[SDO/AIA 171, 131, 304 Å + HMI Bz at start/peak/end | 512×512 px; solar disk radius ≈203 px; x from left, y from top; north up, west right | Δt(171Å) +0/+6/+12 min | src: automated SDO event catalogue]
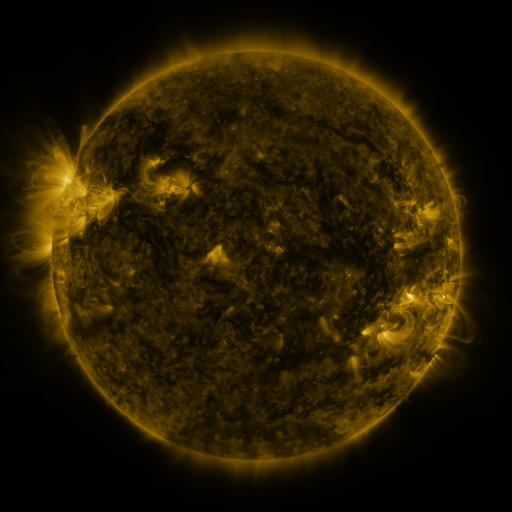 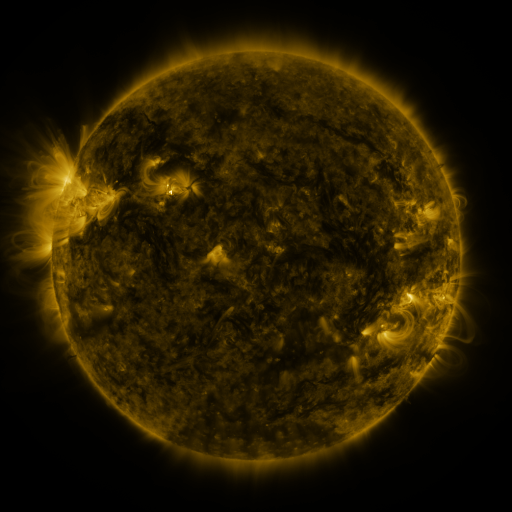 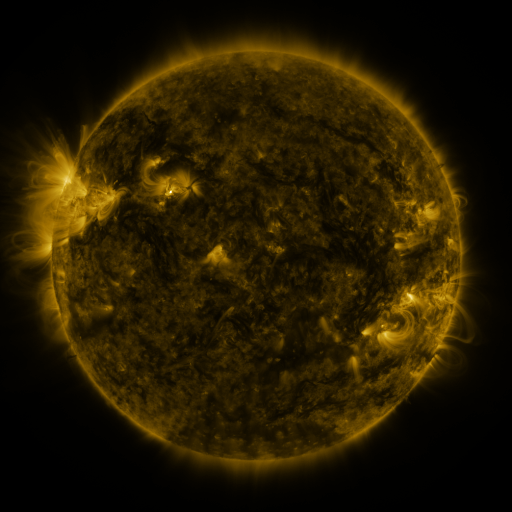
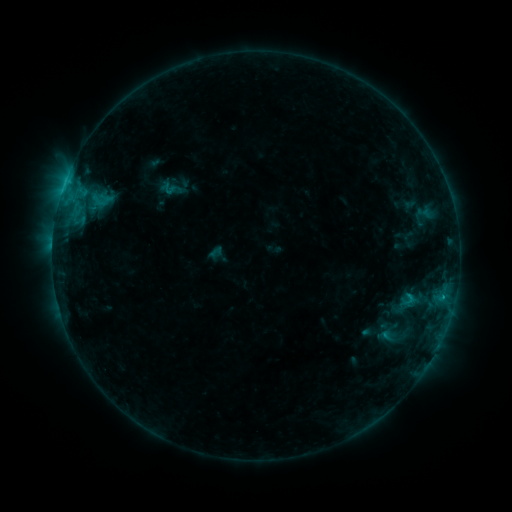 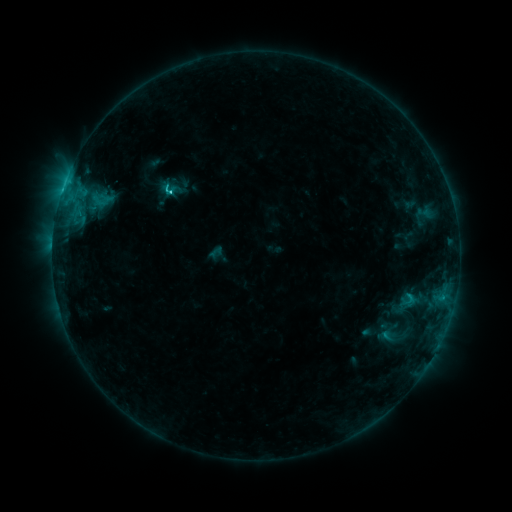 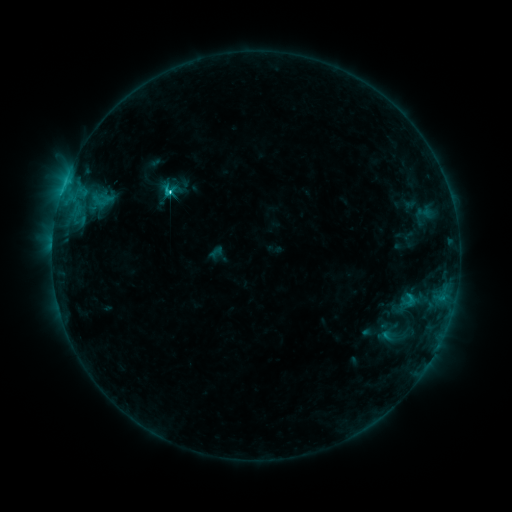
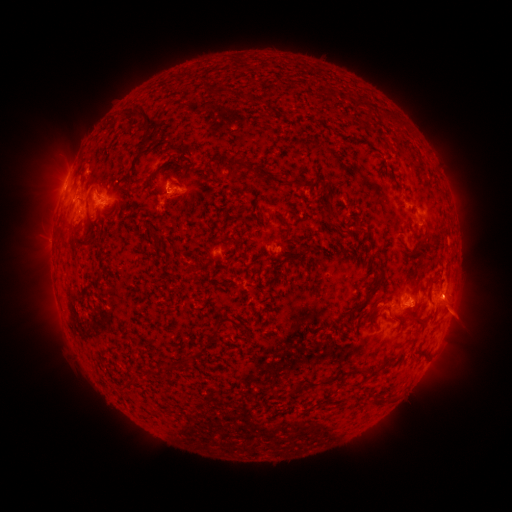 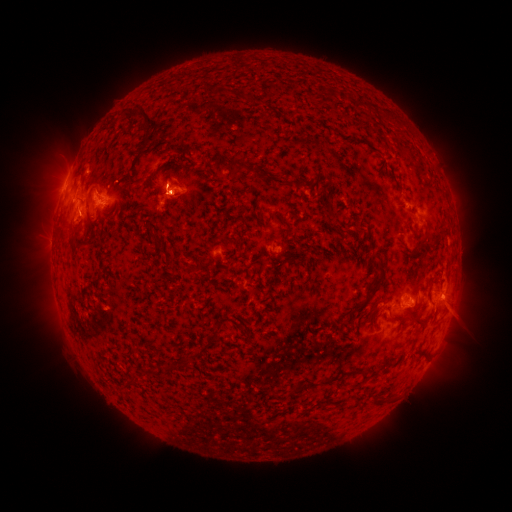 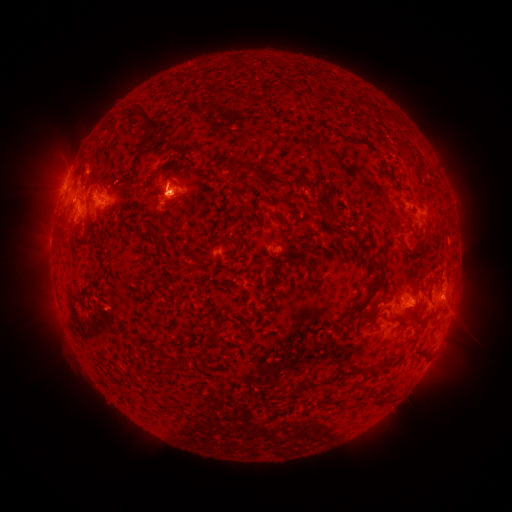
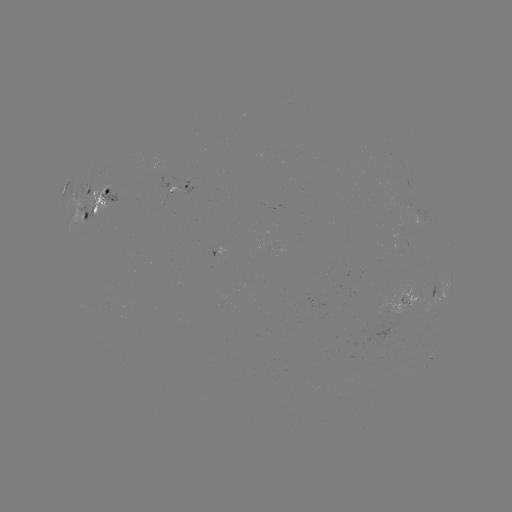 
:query C4.7 flare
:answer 171,195